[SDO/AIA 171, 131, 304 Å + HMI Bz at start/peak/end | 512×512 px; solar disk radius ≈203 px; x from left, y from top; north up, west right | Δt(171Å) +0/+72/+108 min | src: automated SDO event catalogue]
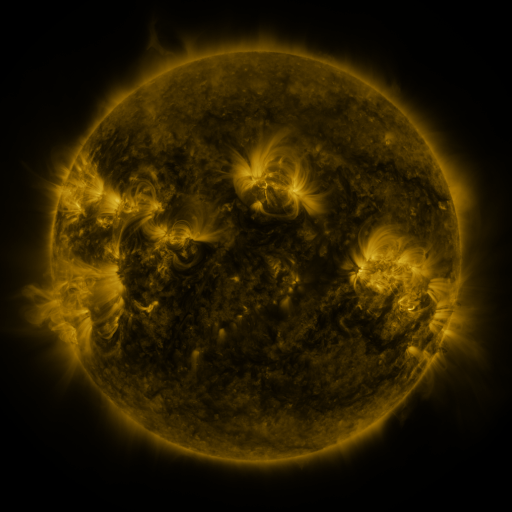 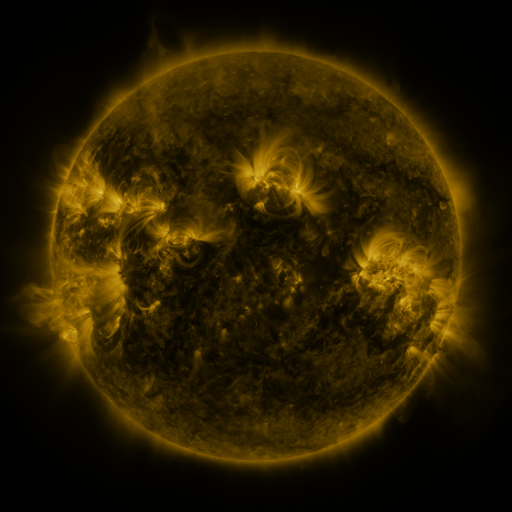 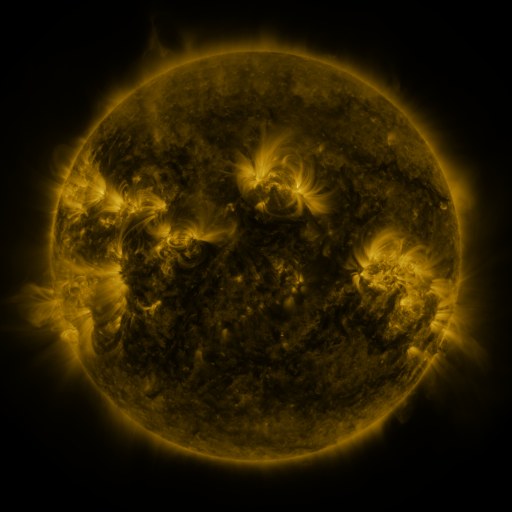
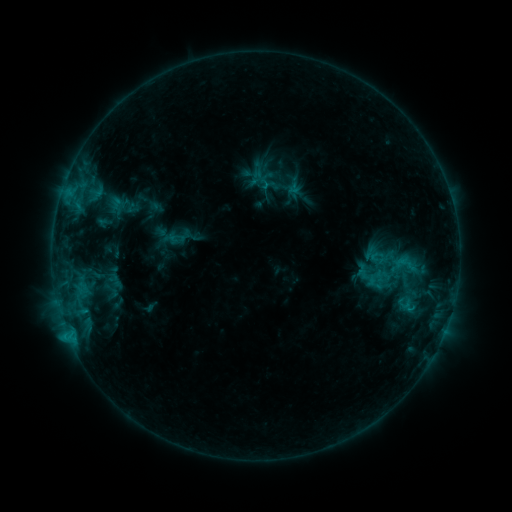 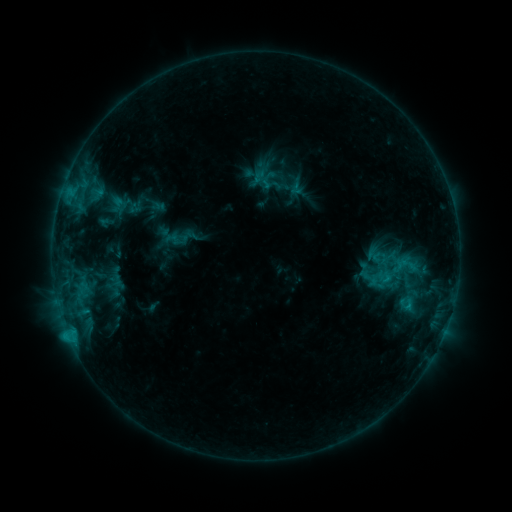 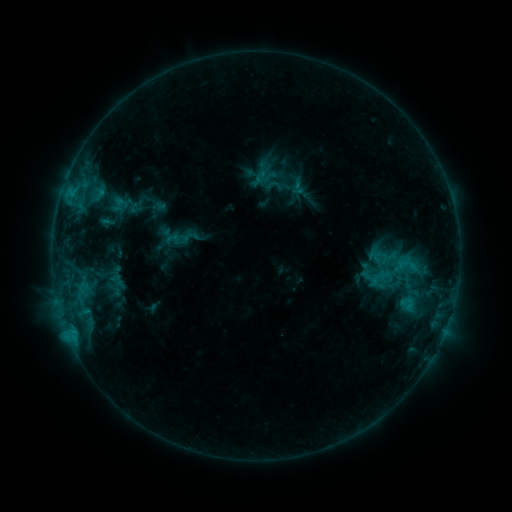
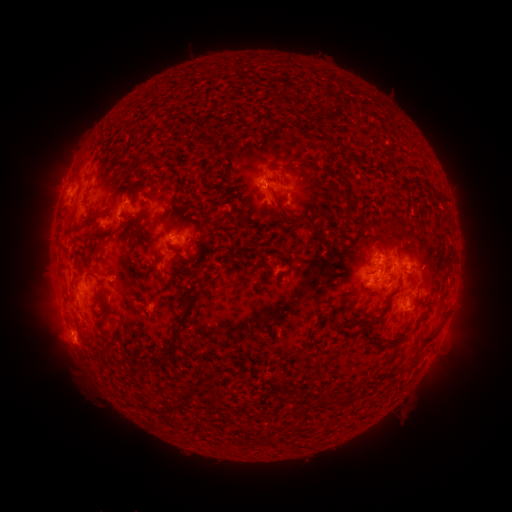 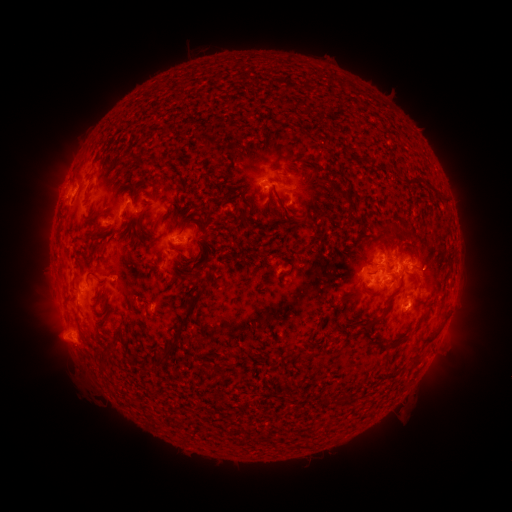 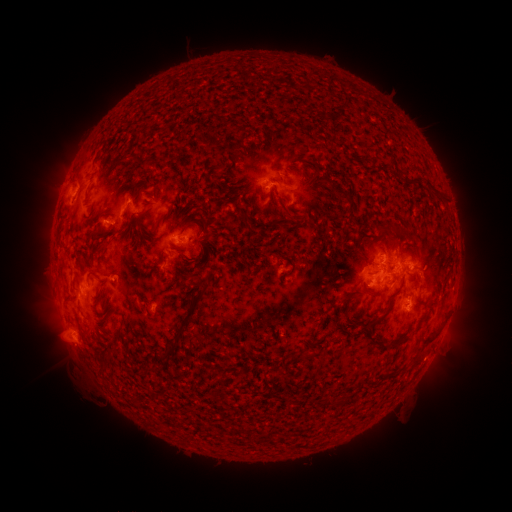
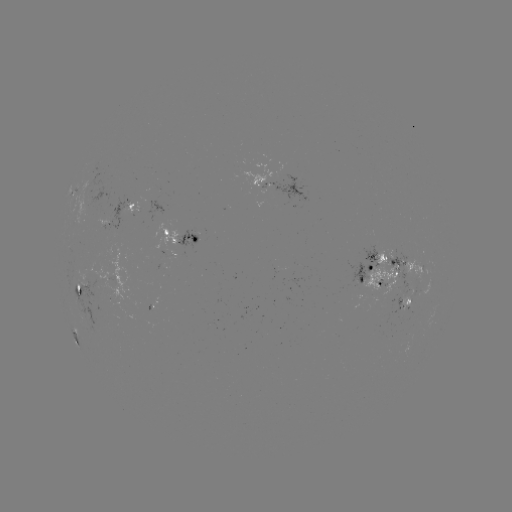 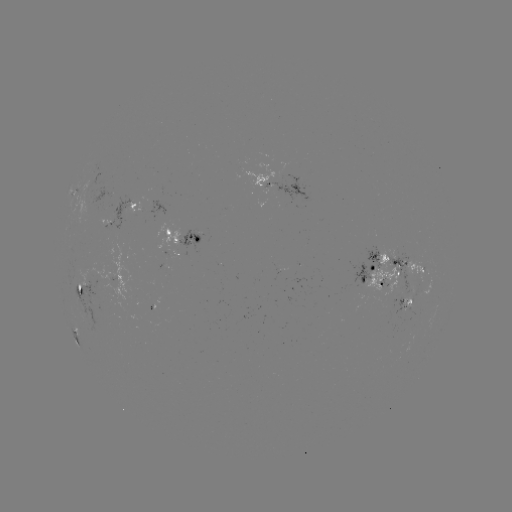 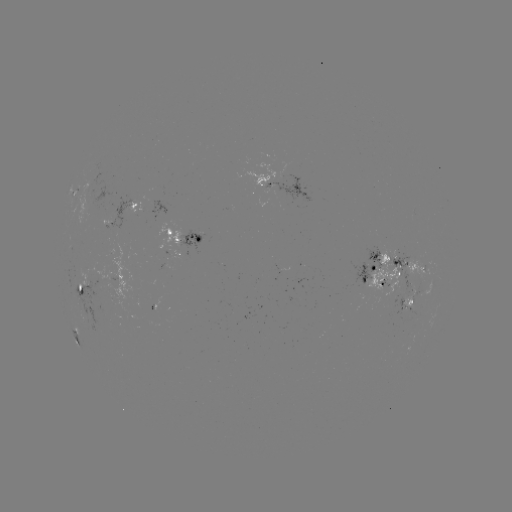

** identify emerging-flux region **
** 115,215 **